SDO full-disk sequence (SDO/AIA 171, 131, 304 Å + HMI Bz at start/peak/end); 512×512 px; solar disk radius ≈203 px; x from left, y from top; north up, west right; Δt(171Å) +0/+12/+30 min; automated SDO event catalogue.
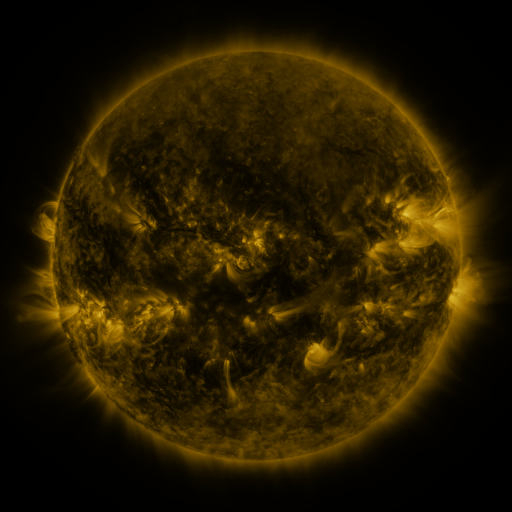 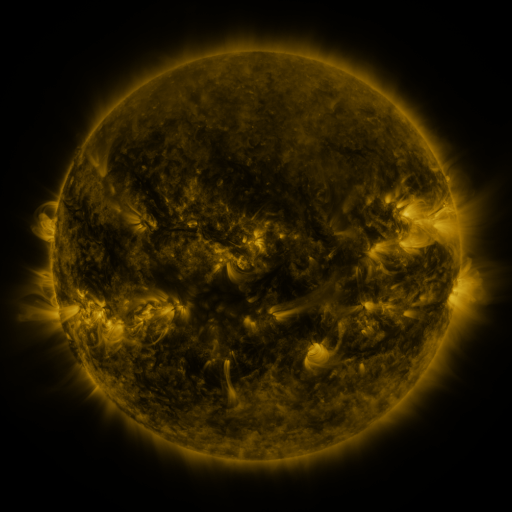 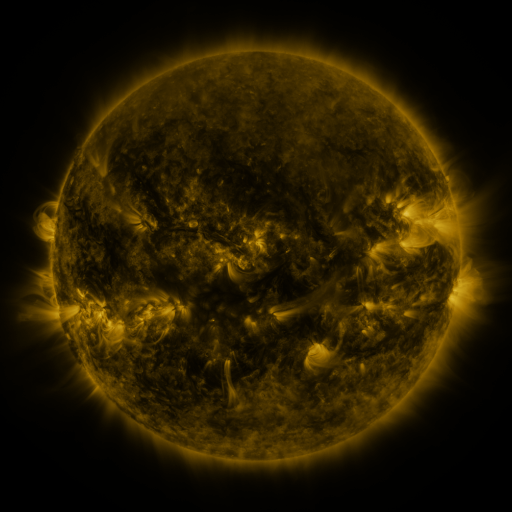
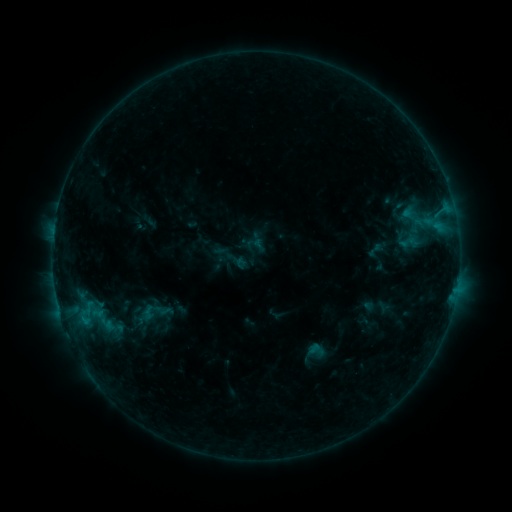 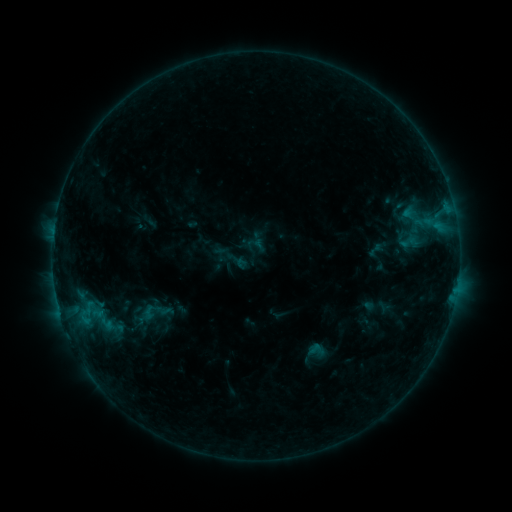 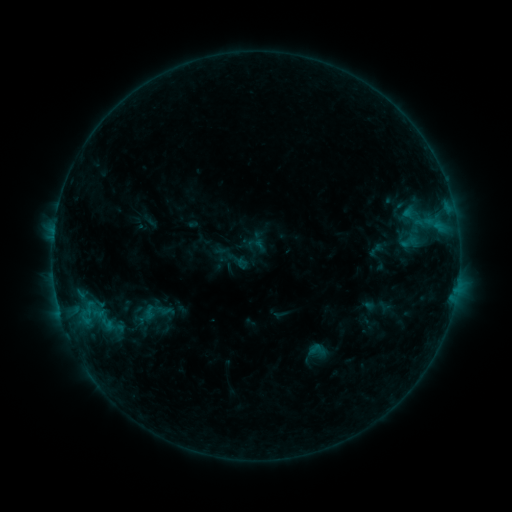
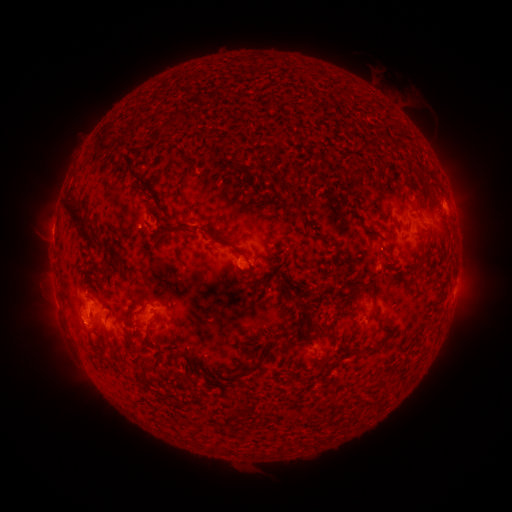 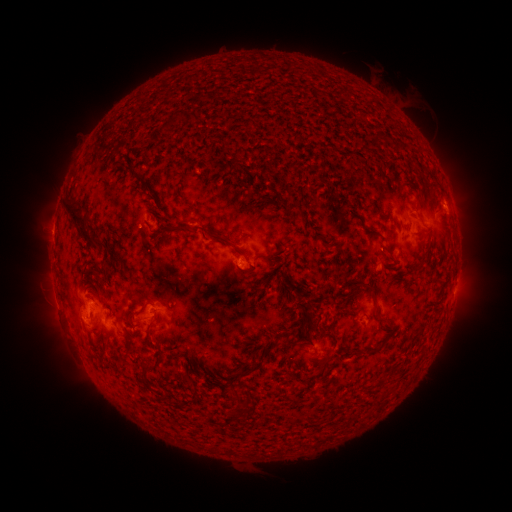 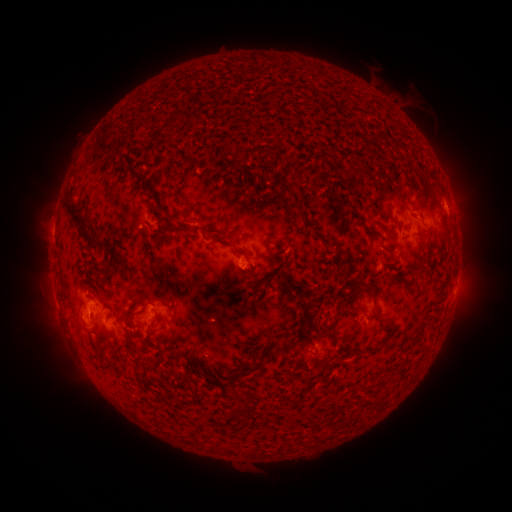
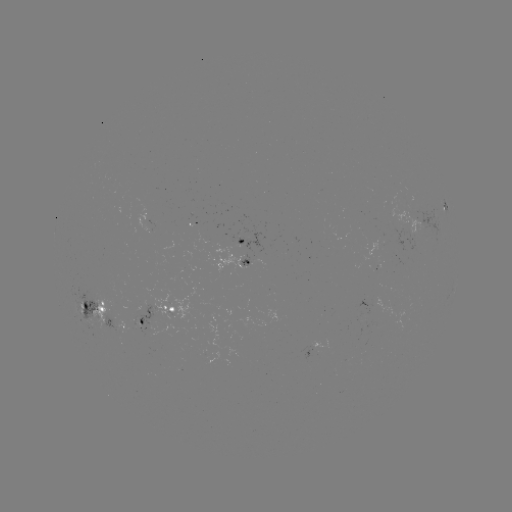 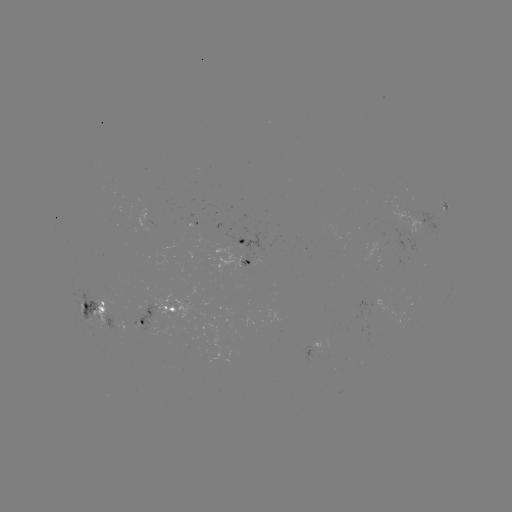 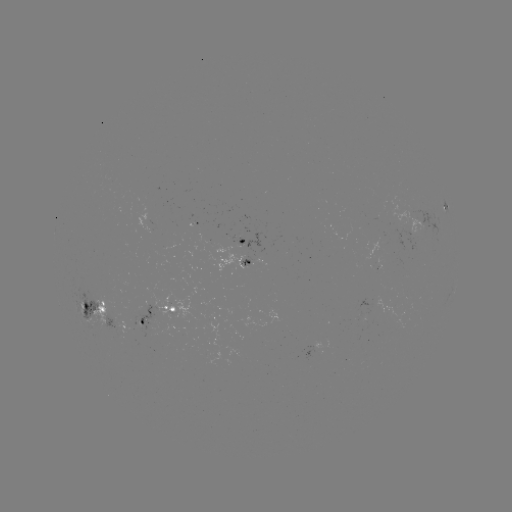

nothing was catalogued: no classed flare, no EUV trigger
